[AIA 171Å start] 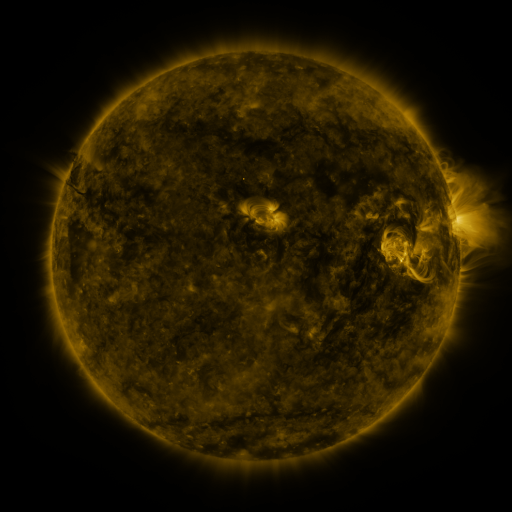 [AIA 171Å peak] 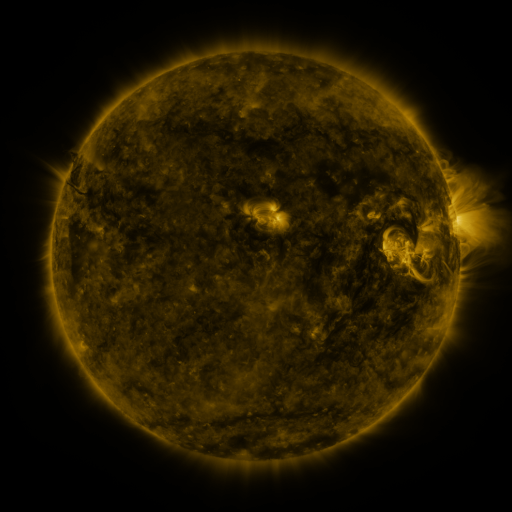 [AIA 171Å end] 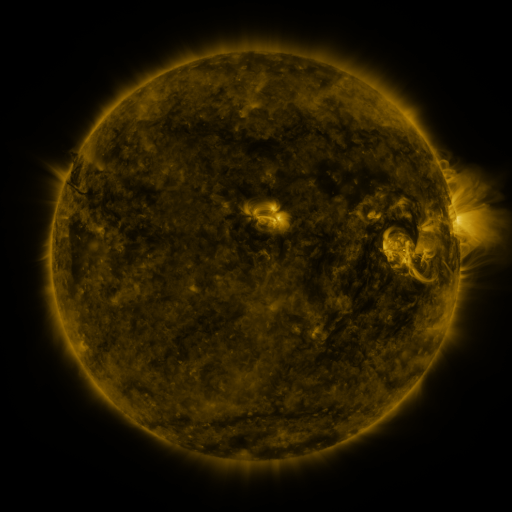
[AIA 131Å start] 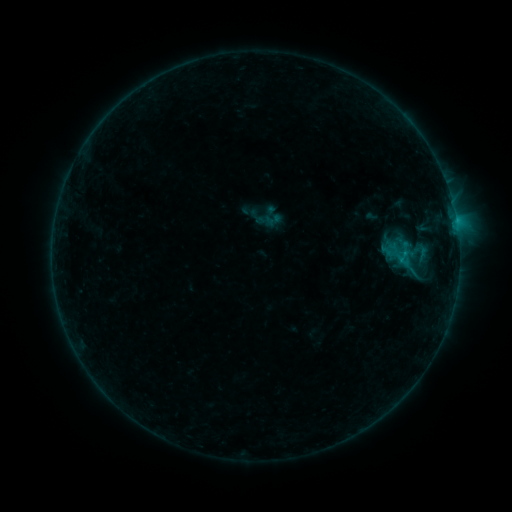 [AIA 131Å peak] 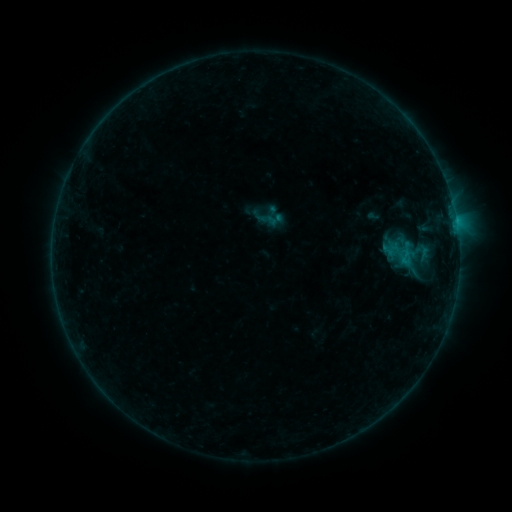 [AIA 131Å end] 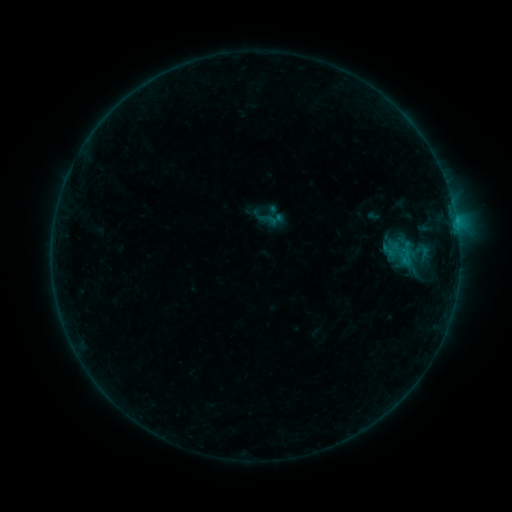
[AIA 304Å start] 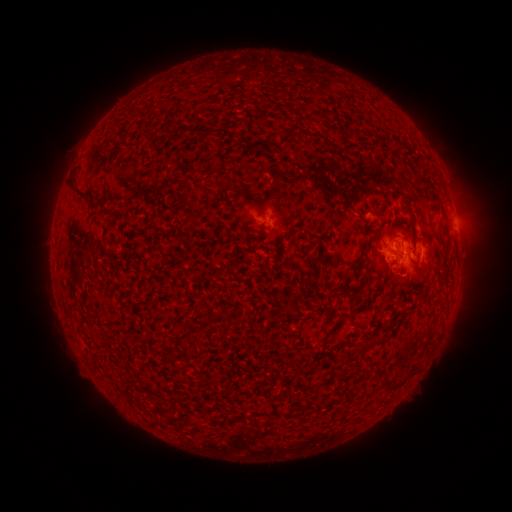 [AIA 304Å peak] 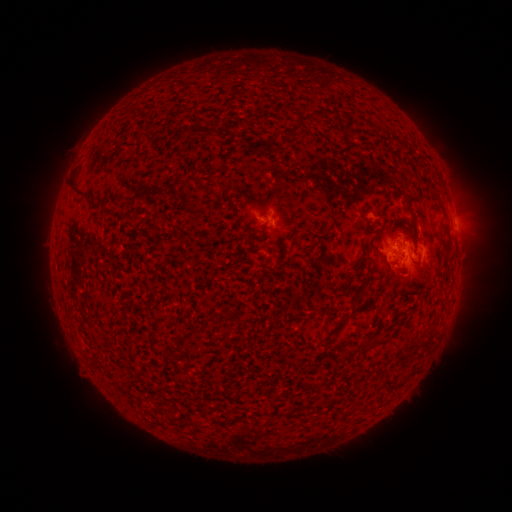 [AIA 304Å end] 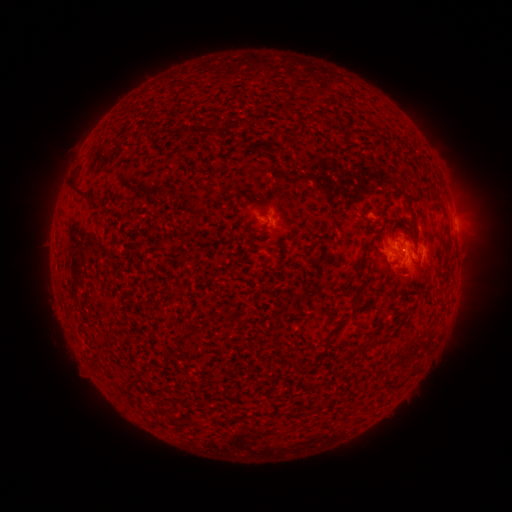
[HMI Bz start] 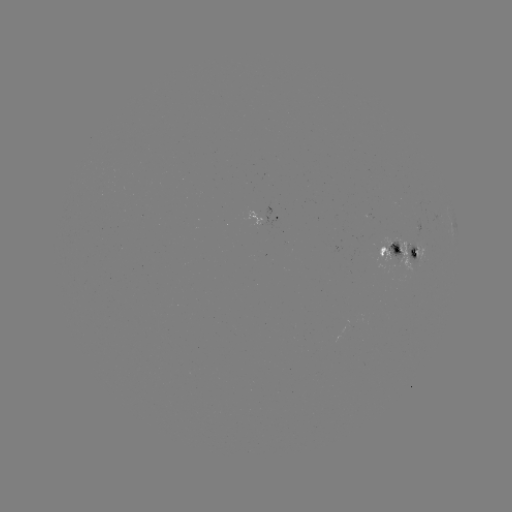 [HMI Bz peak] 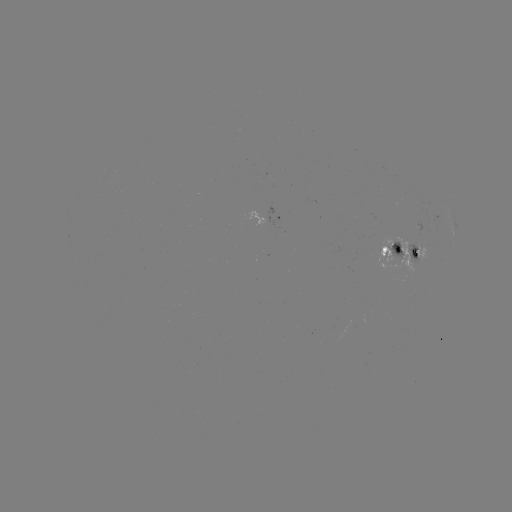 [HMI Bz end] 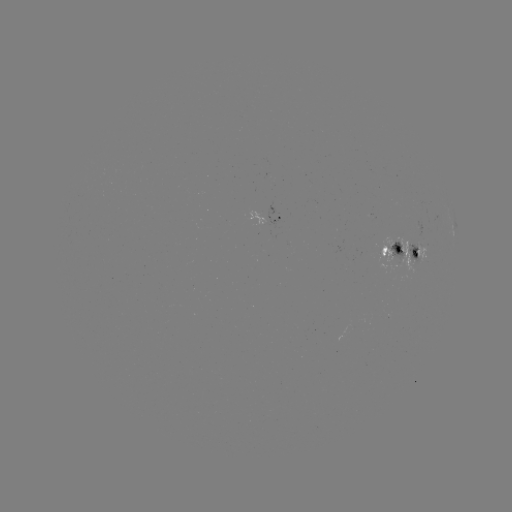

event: emerging-flux region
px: (399, 254)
